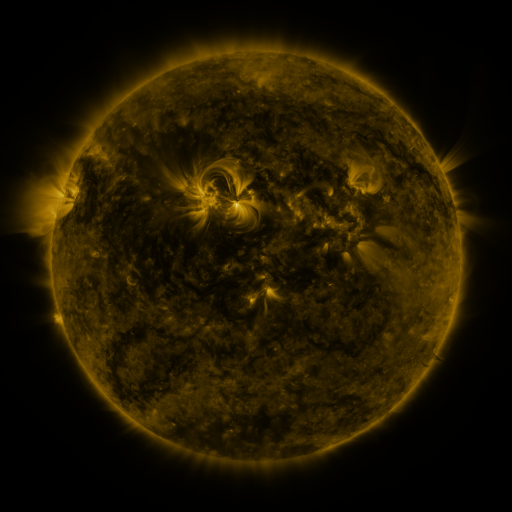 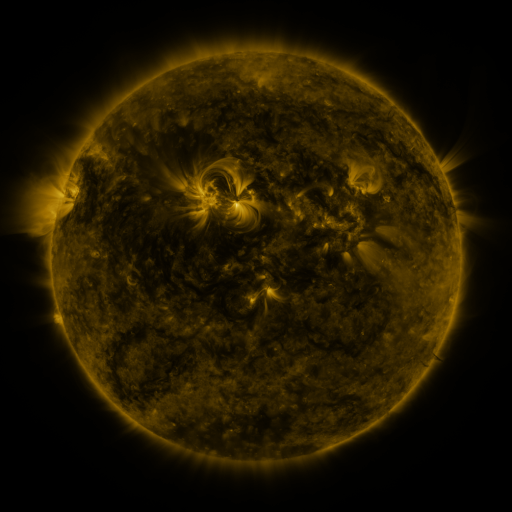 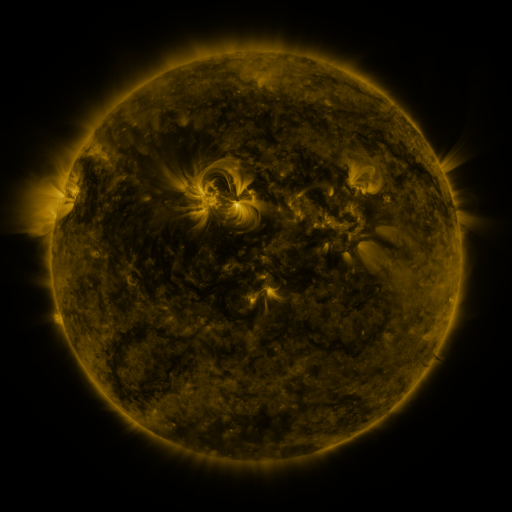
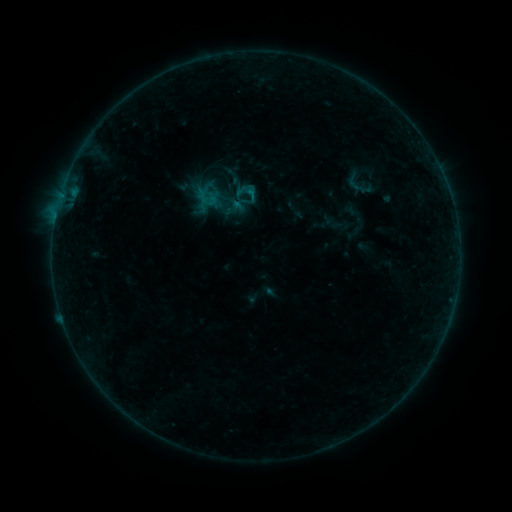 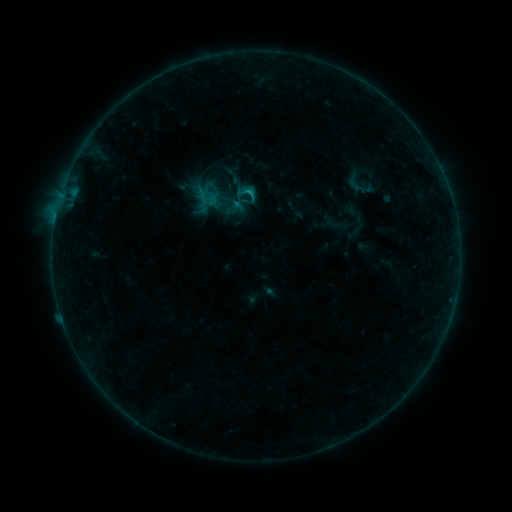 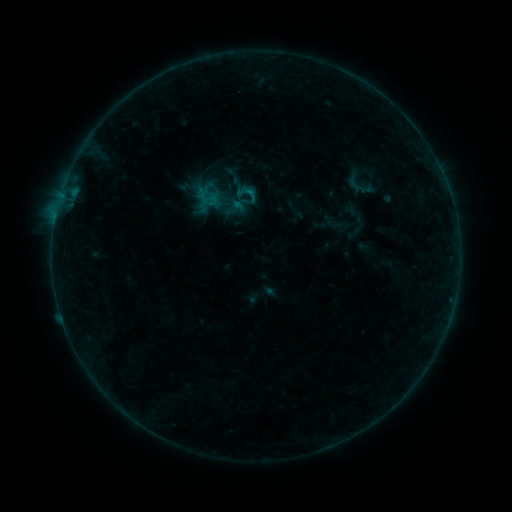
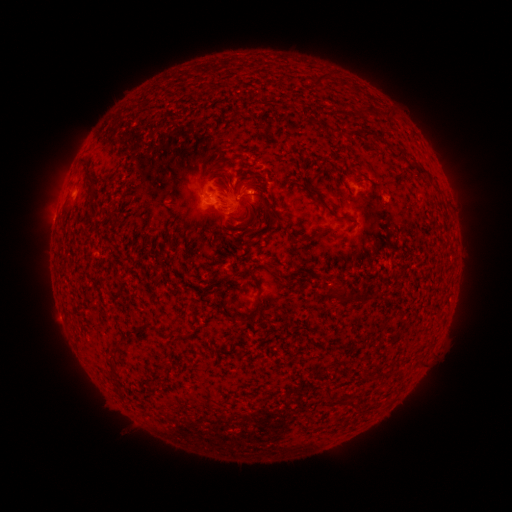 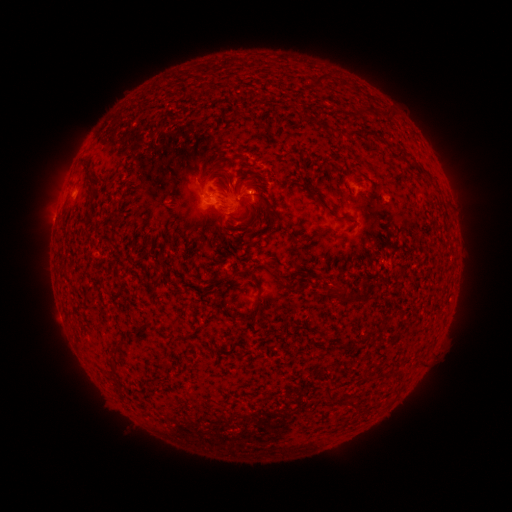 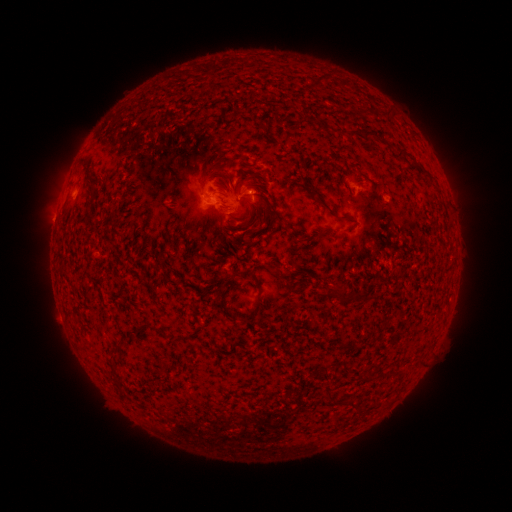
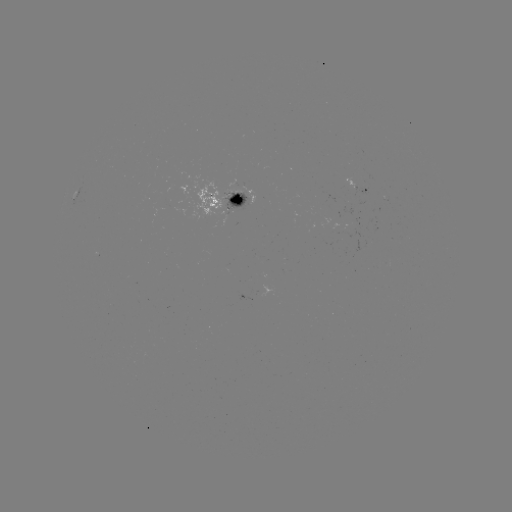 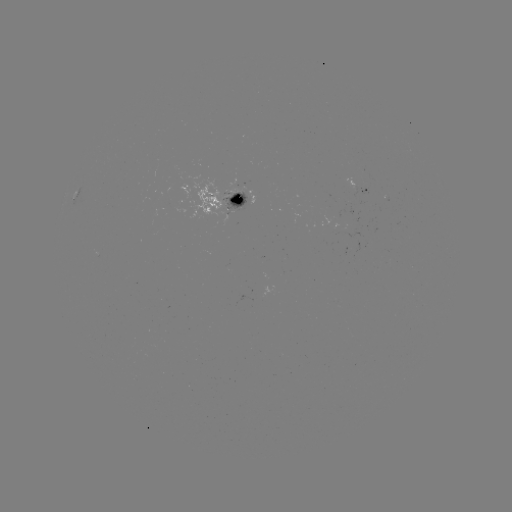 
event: flare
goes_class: B6.0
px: (252, 193)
